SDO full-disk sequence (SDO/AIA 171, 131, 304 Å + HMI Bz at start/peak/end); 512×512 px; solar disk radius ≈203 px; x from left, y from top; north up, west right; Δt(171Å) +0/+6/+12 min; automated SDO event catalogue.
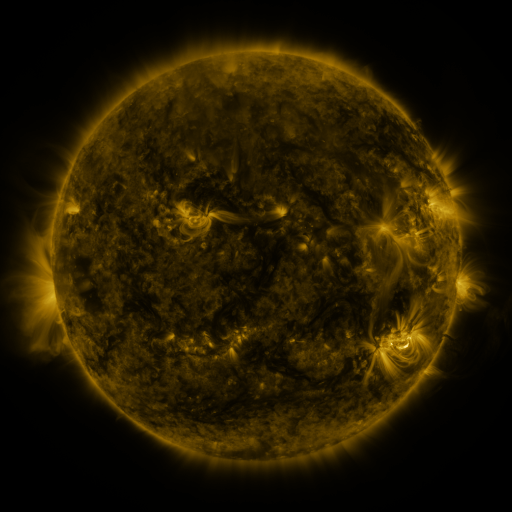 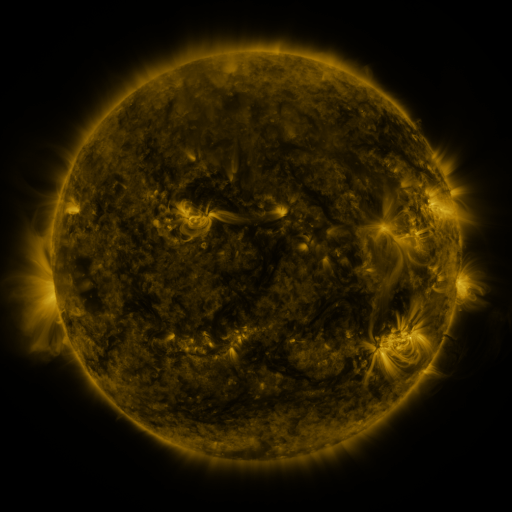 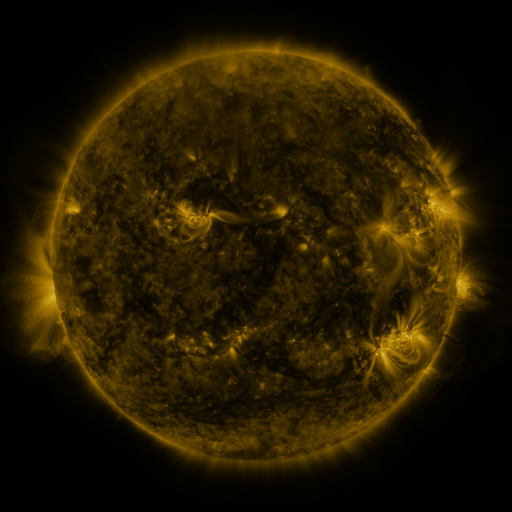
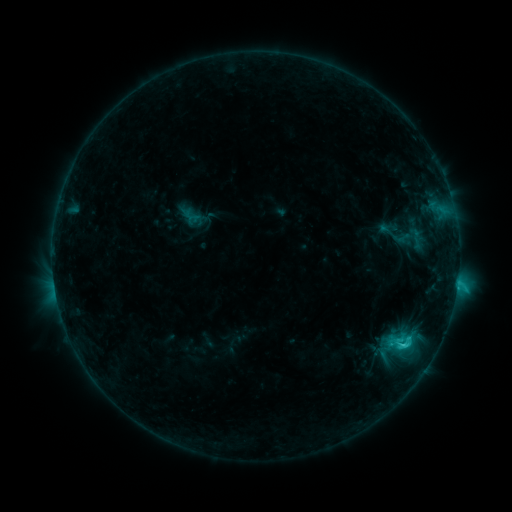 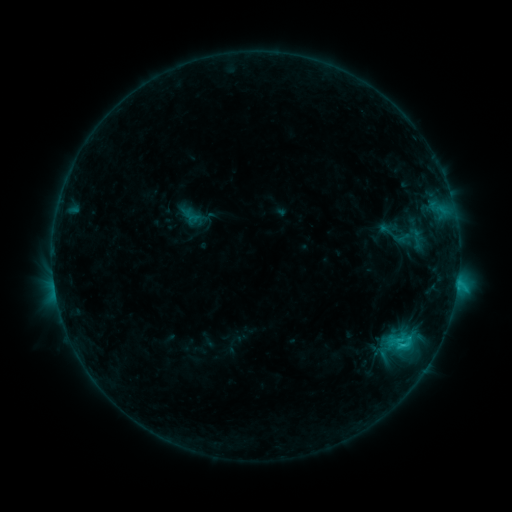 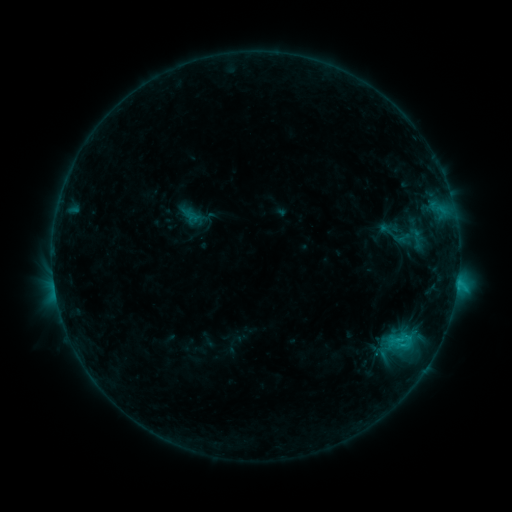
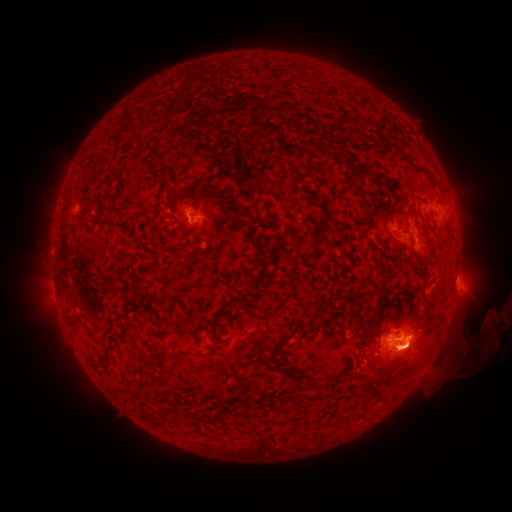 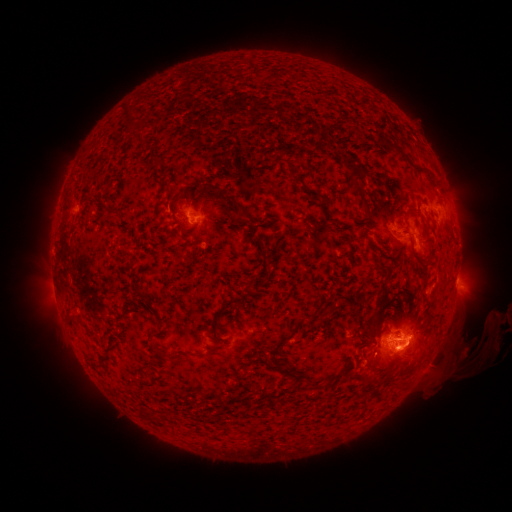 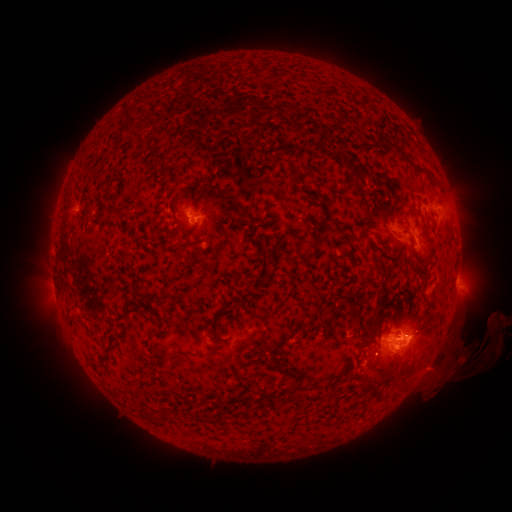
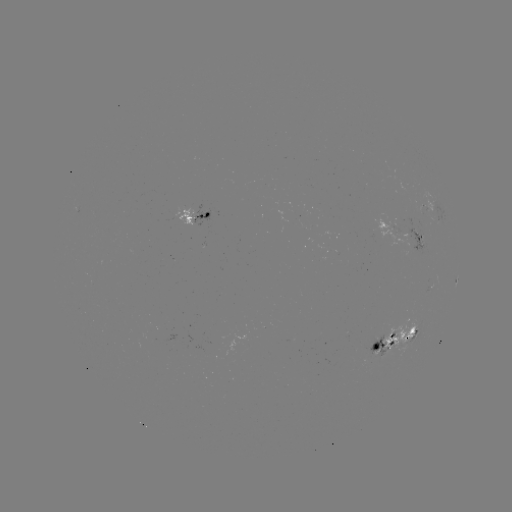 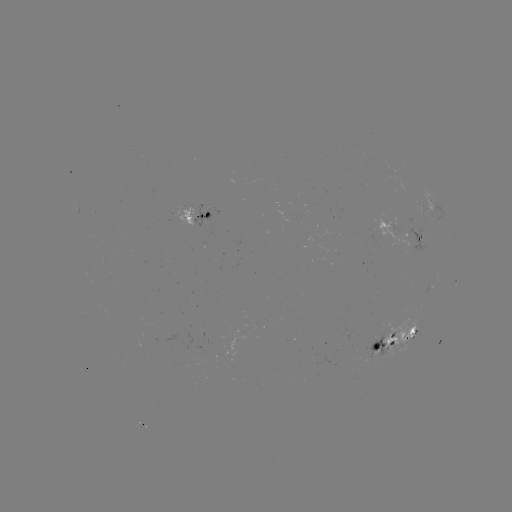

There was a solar eruption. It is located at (404, 362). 